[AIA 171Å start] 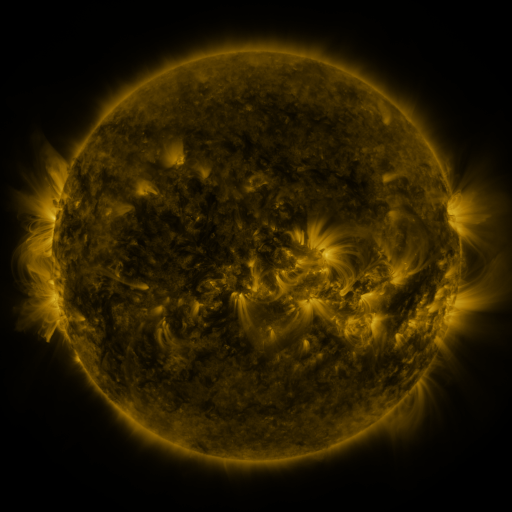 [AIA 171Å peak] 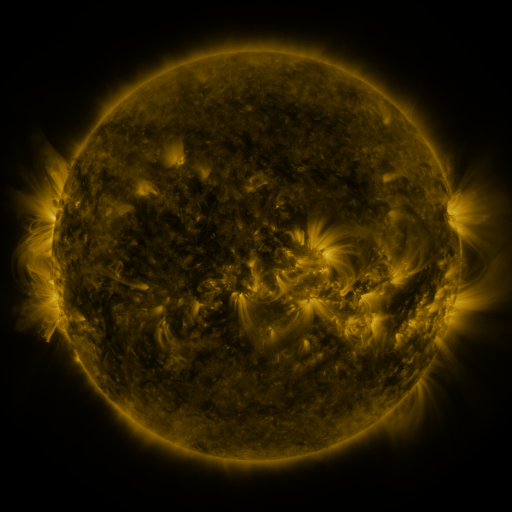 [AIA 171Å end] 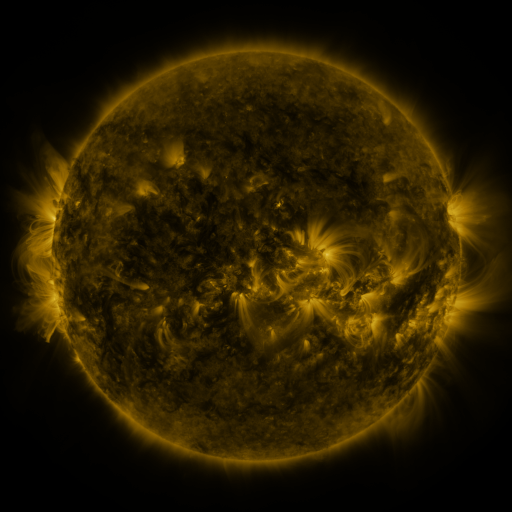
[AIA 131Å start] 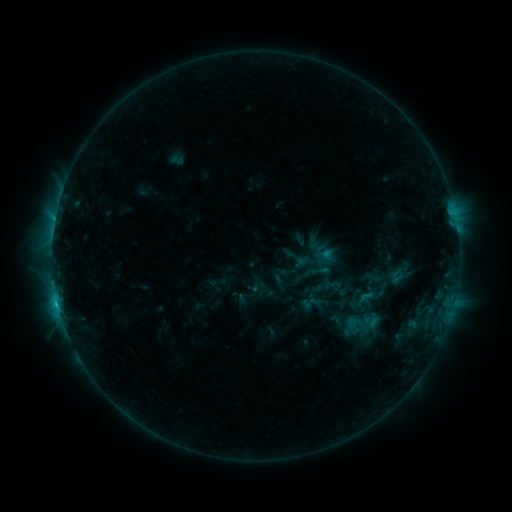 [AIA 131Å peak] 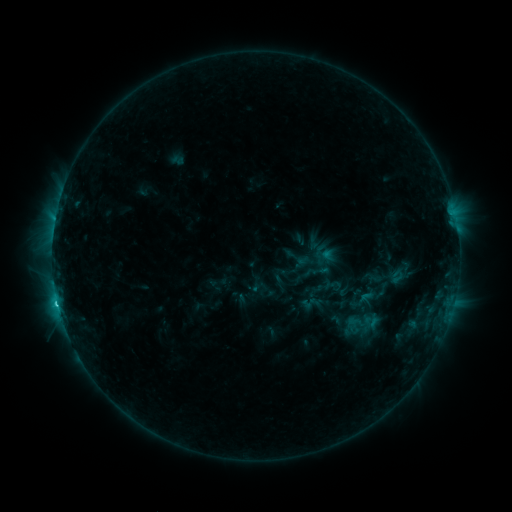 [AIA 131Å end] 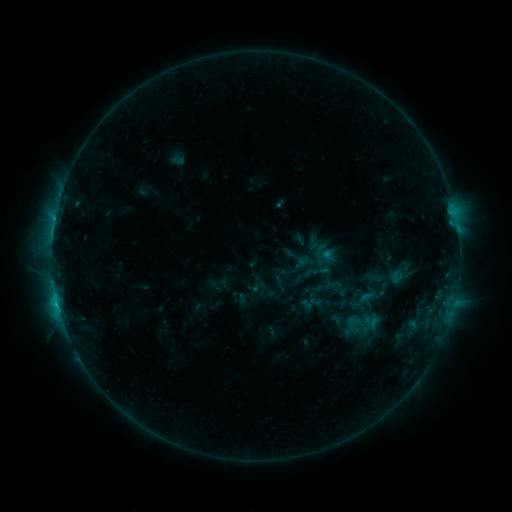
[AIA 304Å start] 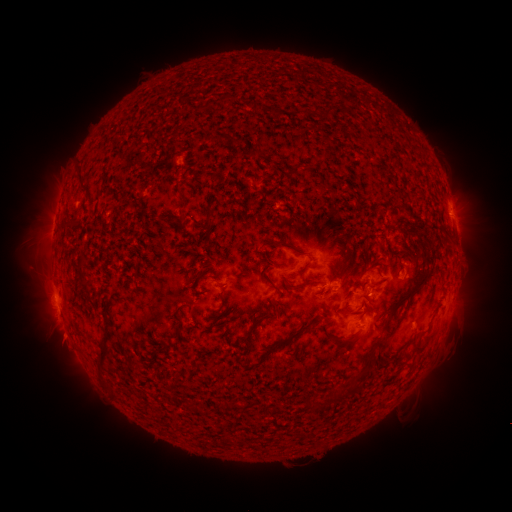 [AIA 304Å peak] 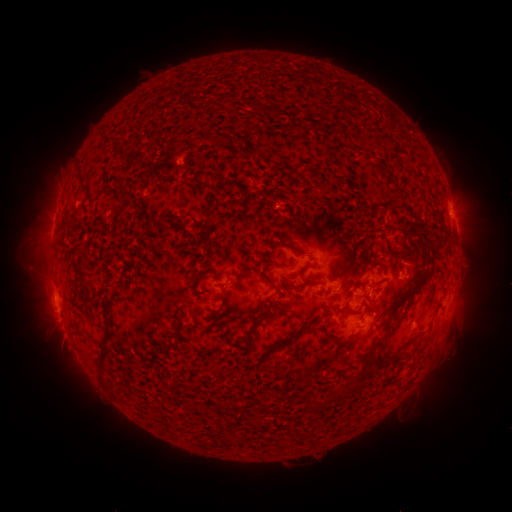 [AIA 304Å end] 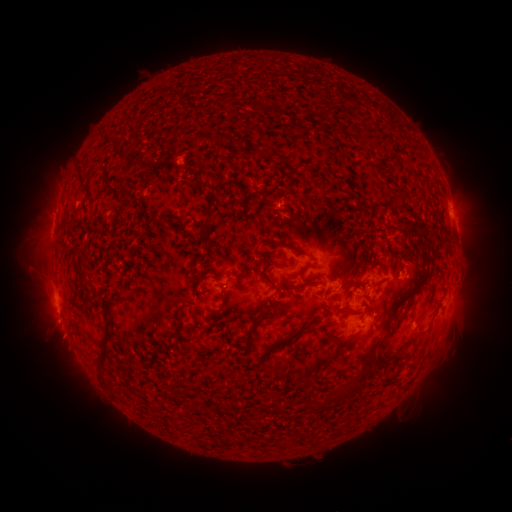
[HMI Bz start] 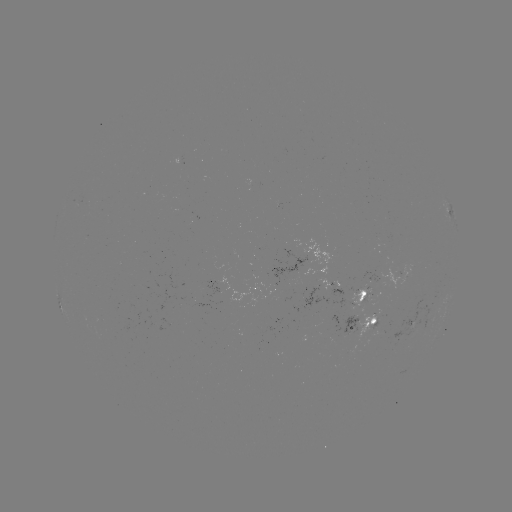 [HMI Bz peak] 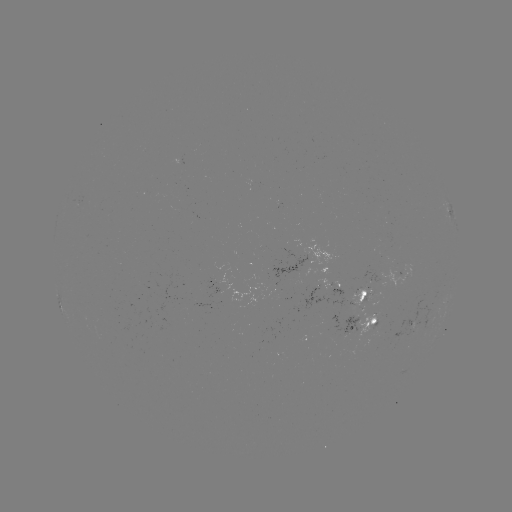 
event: flare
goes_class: C2.0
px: (58, 304)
